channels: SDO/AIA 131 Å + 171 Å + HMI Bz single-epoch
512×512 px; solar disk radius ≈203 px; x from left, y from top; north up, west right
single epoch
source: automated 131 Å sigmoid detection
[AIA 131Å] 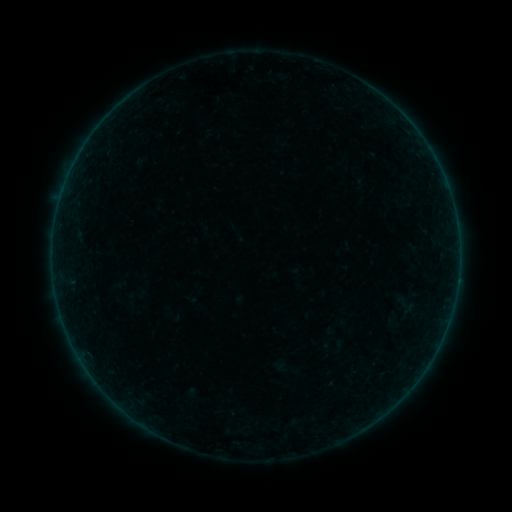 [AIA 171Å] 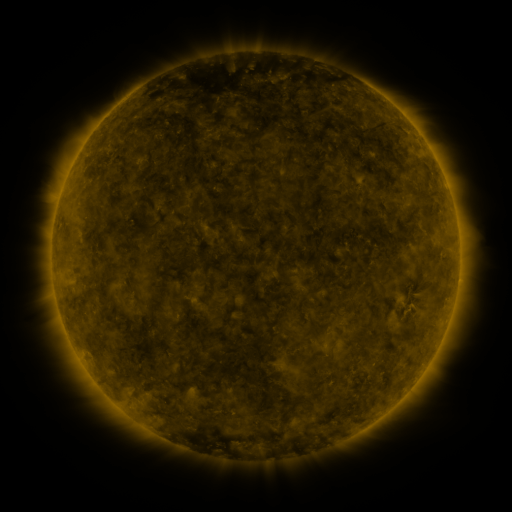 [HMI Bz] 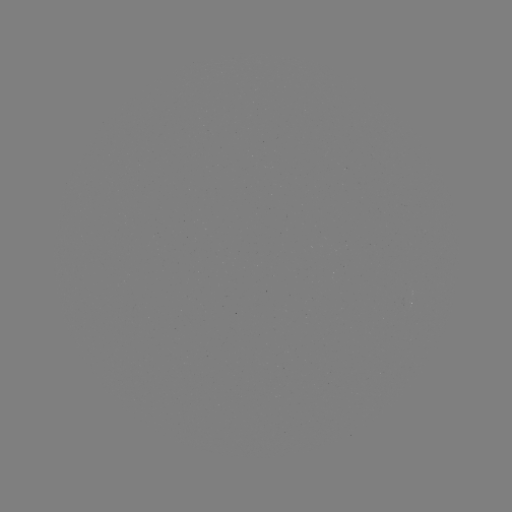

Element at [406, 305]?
sigmoid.